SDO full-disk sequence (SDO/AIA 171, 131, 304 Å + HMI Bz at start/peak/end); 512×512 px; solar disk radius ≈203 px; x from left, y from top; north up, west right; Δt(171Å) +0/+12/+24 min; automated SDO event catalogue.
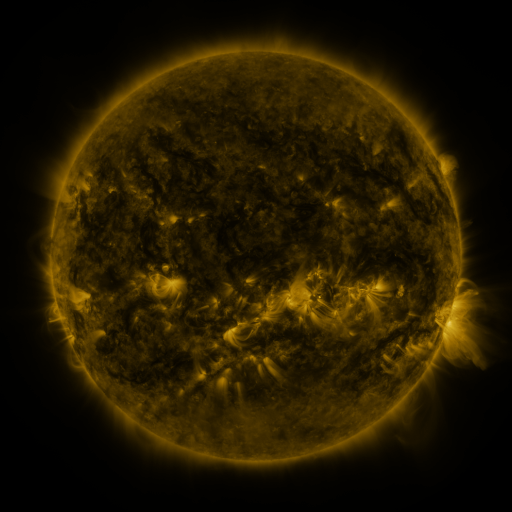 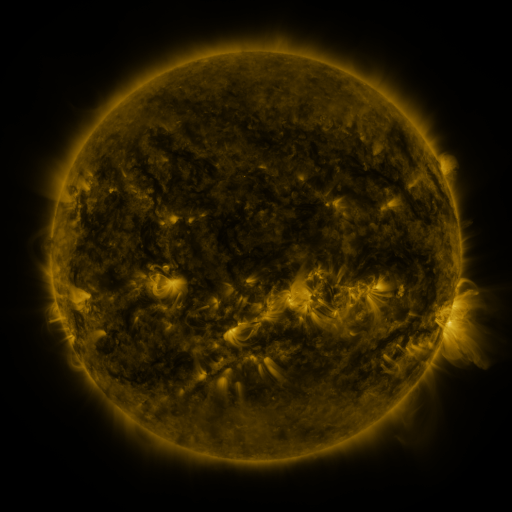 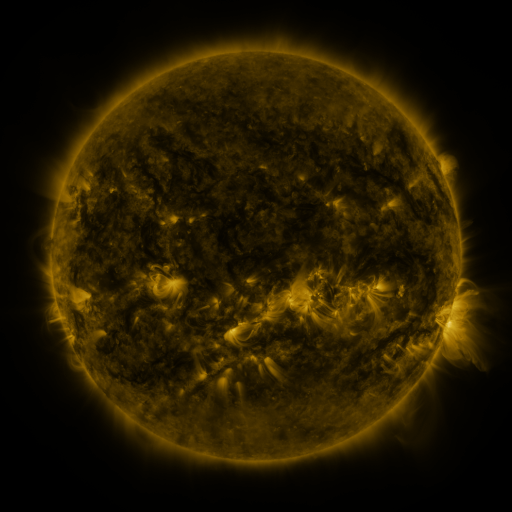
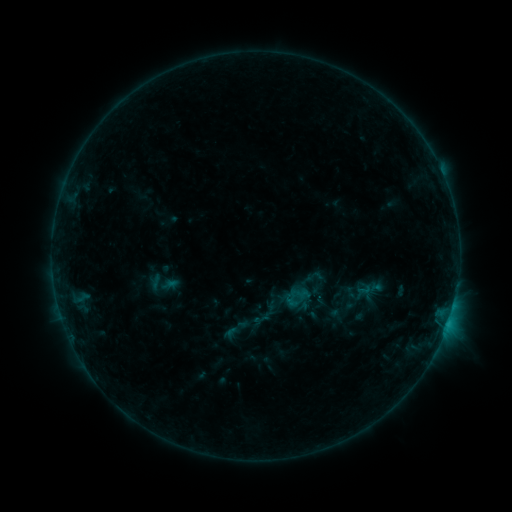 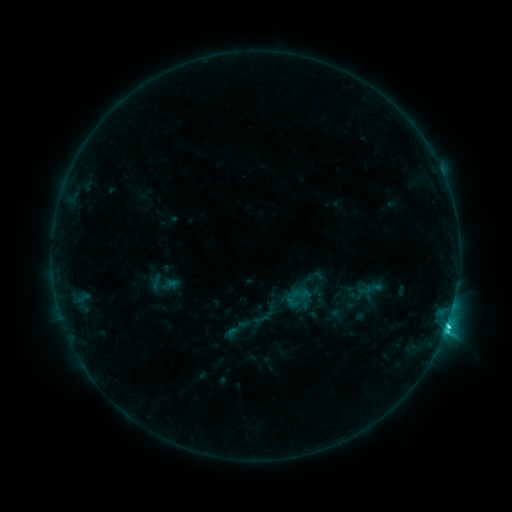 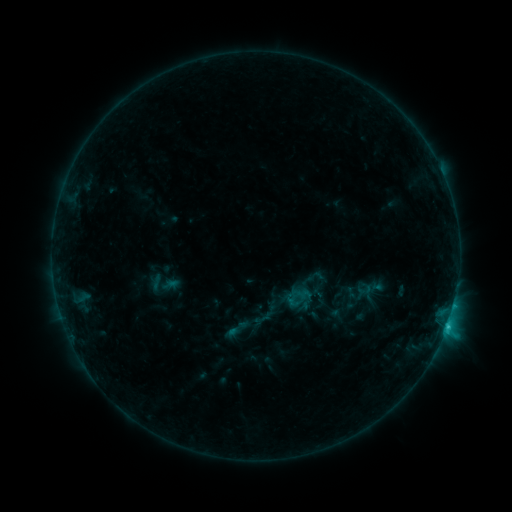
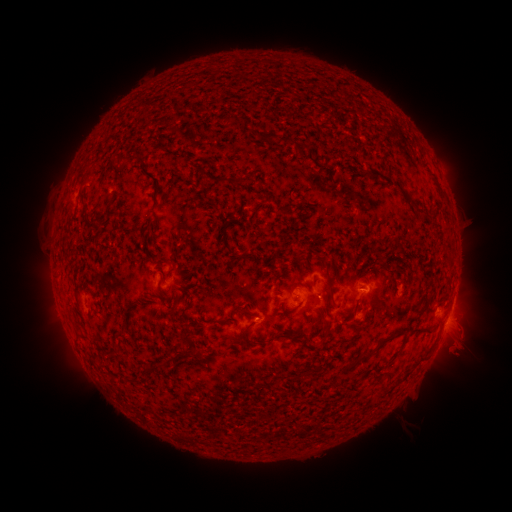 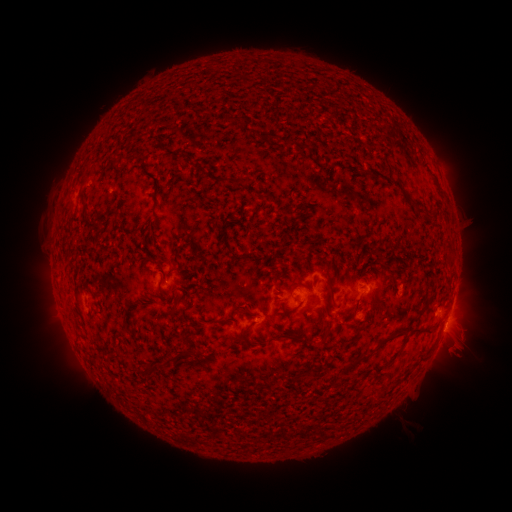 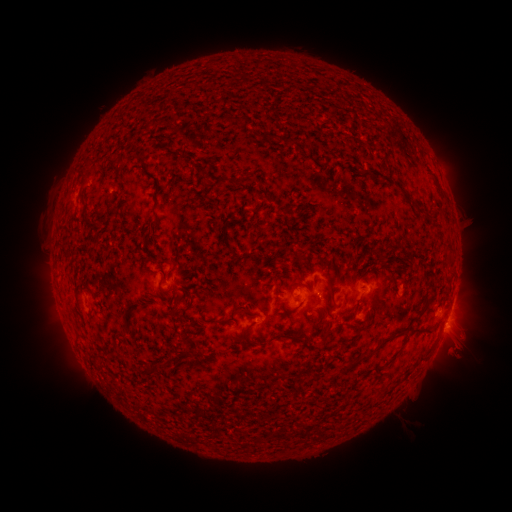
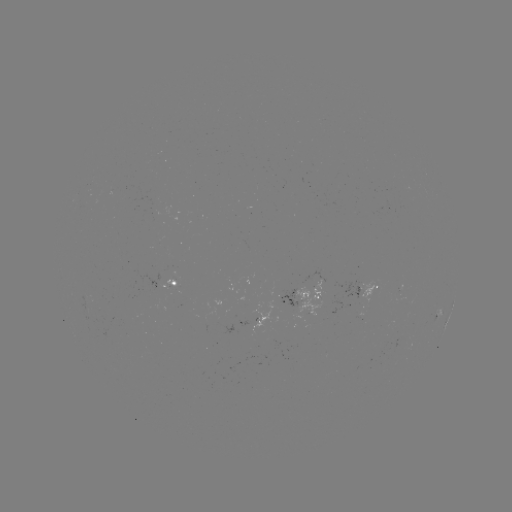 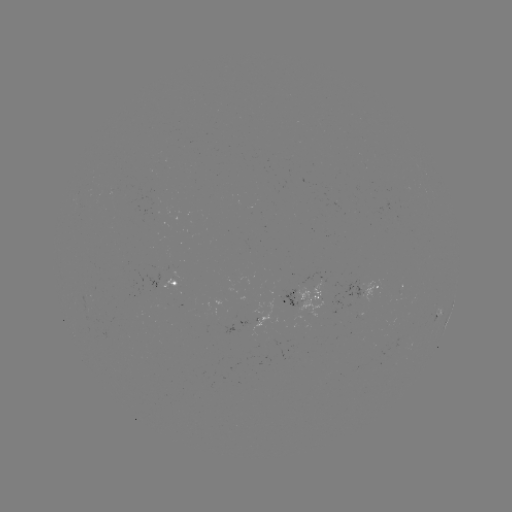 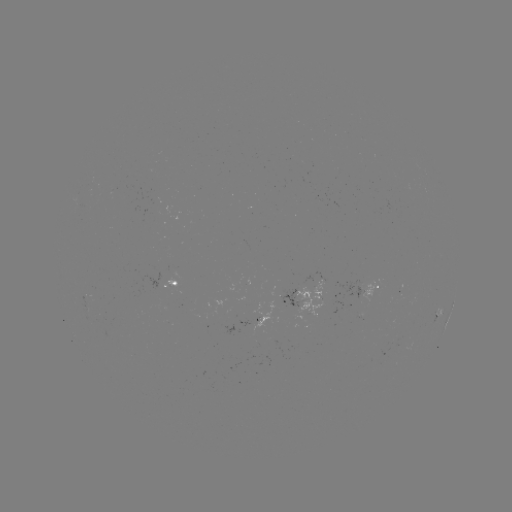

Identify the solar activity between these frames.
C1.7 flare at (446, 325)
